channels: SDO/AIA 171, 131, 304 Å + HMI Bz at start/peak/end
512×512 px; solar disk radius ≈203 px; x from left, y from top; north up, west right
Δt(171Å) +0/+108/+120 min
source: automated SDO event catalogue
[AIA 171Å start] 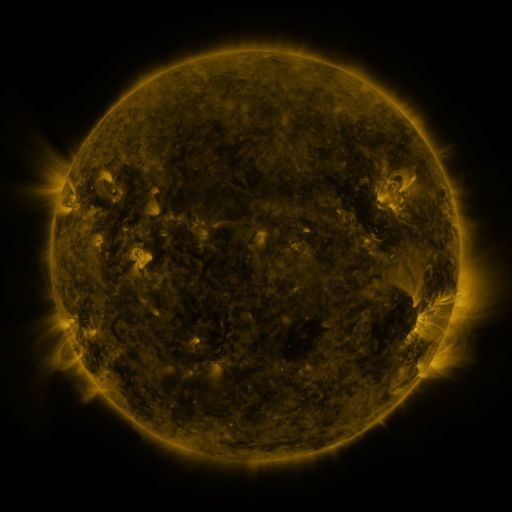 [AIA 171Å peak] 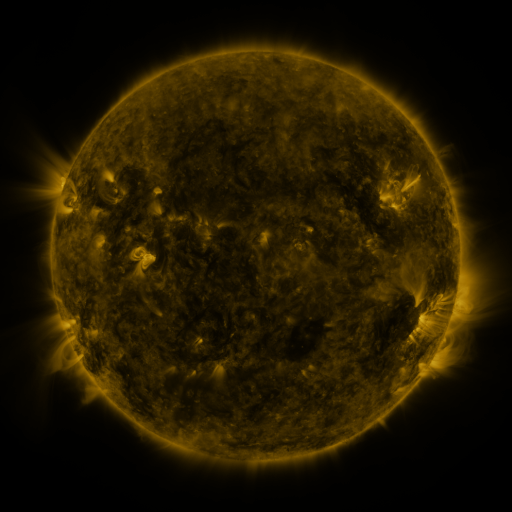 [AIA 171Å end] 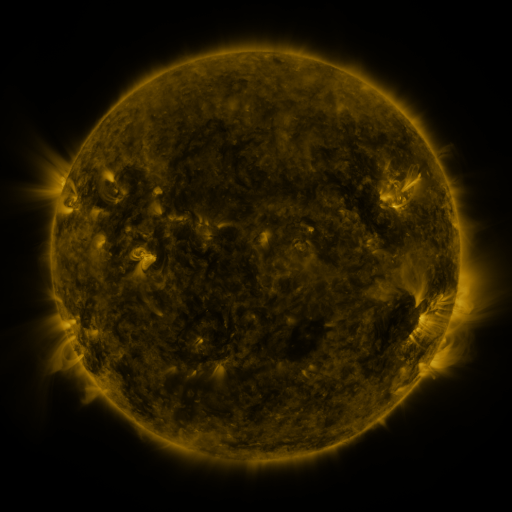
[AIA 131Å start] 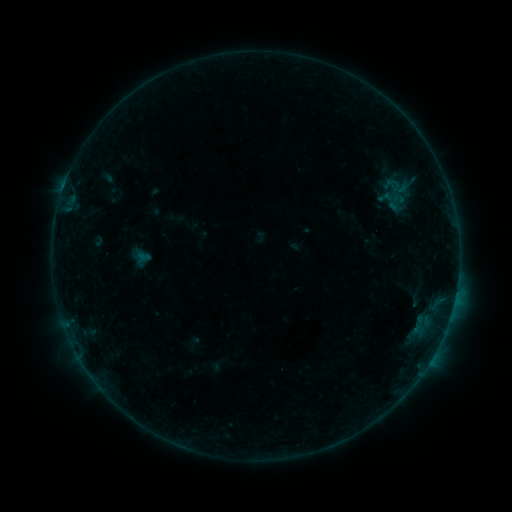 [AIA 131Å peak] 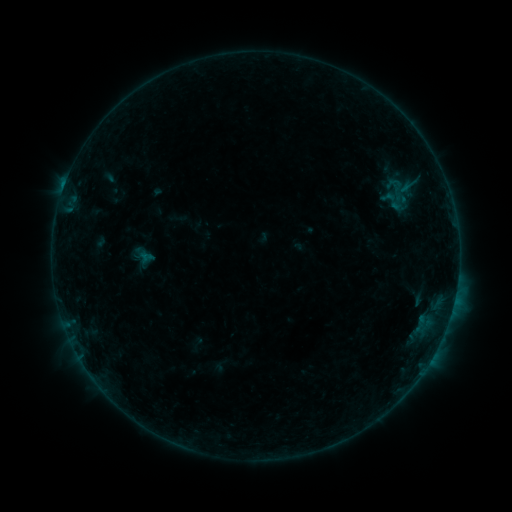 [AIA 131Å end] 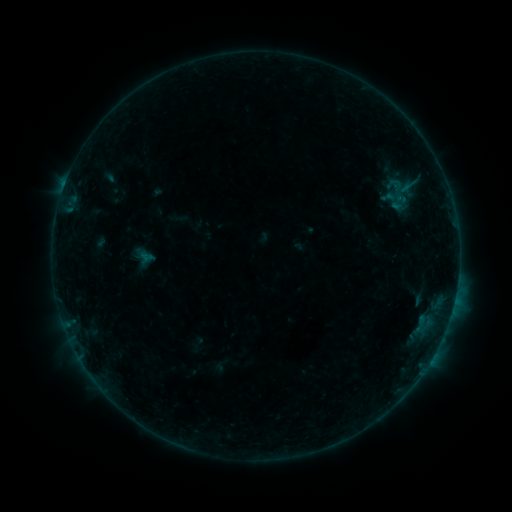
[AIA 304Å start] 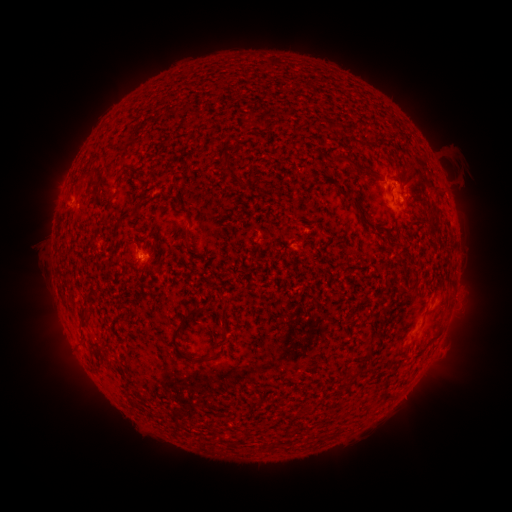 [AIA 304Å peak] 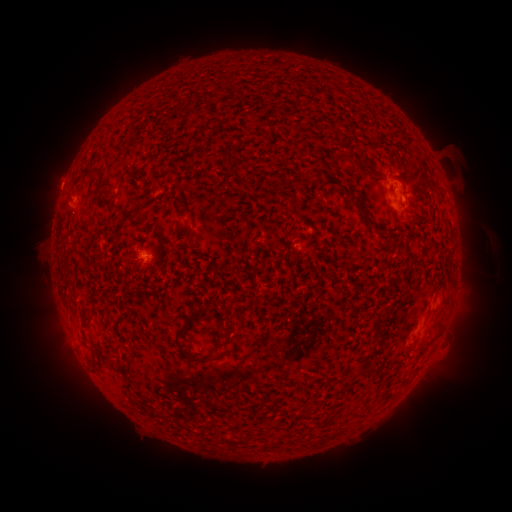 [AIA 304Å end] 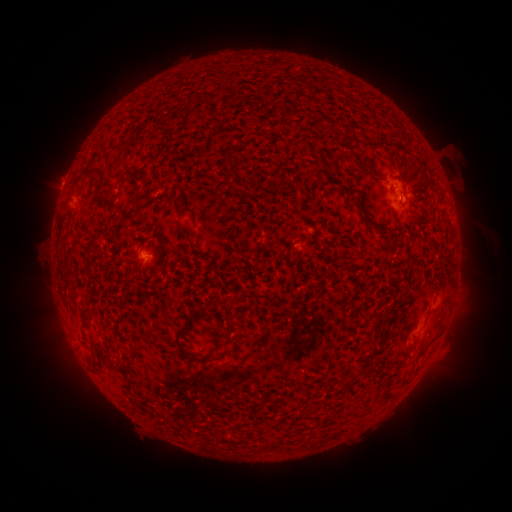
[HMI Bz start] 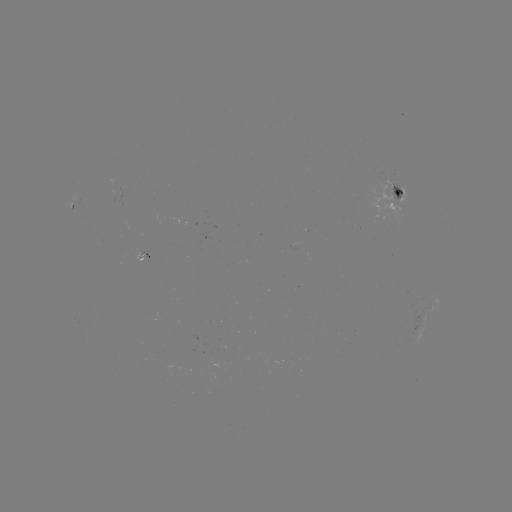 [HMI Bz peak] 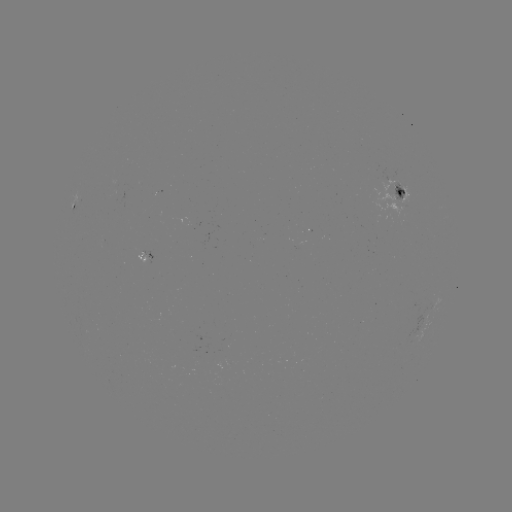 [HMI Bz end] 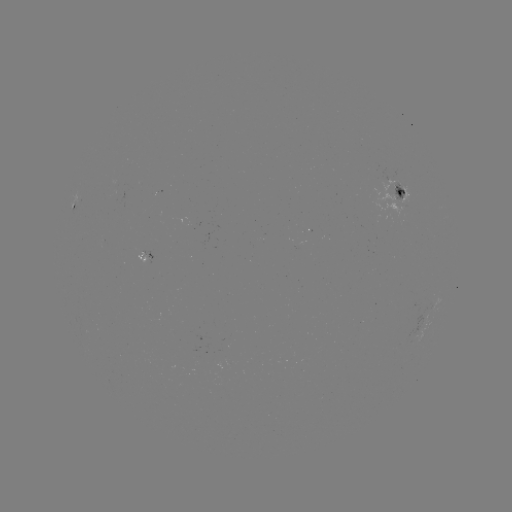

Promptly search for emerging-flux region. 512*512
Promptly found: [396, 190].